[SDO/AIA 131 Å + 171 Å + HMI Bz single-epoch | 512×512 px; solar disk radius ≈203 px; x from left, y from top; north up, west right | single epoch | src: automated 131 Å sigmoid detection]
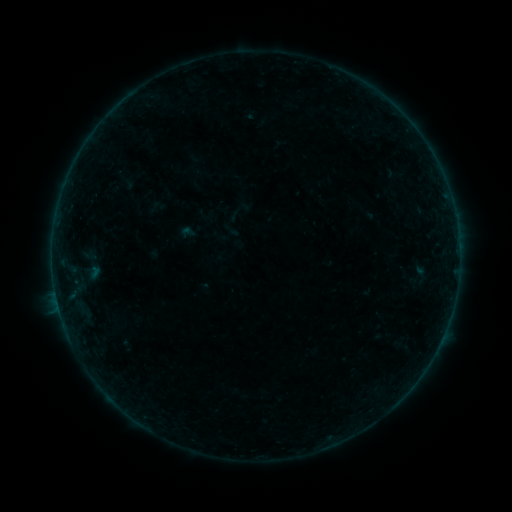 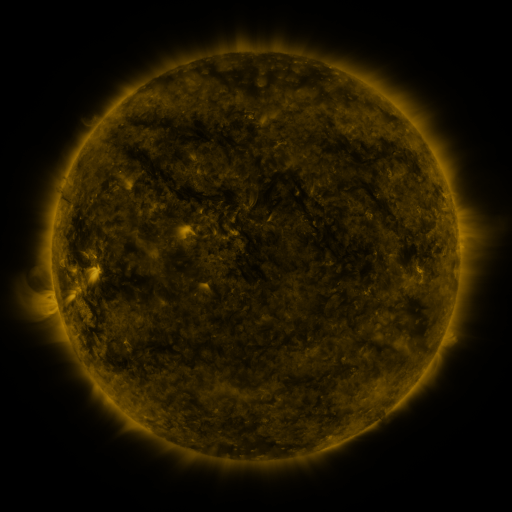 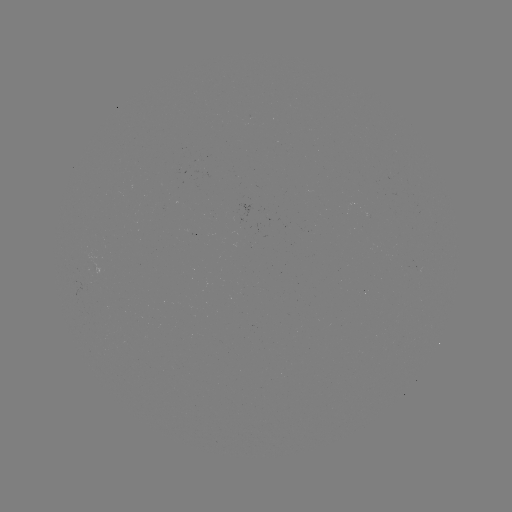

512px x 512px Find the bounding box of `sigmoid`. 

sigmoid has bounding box [403, 260, 433, 293].